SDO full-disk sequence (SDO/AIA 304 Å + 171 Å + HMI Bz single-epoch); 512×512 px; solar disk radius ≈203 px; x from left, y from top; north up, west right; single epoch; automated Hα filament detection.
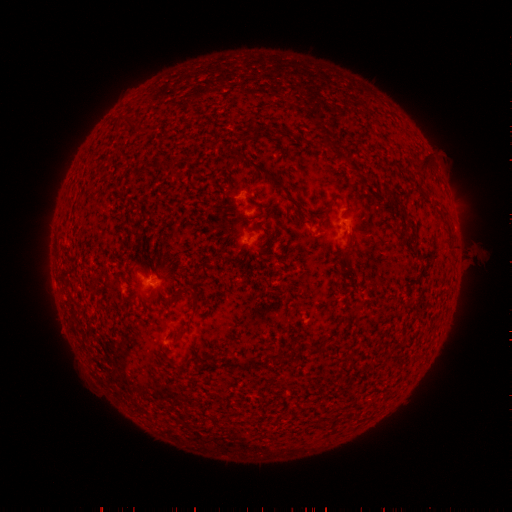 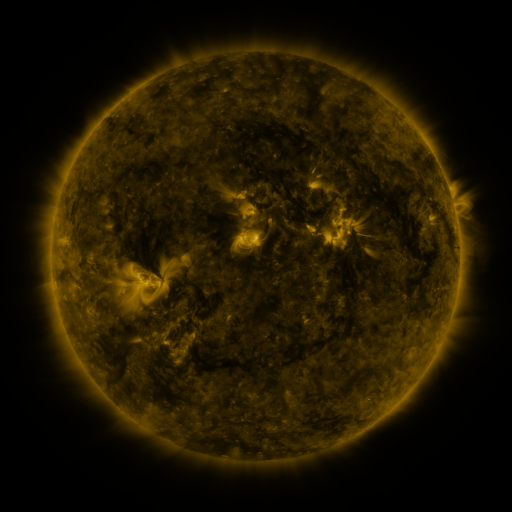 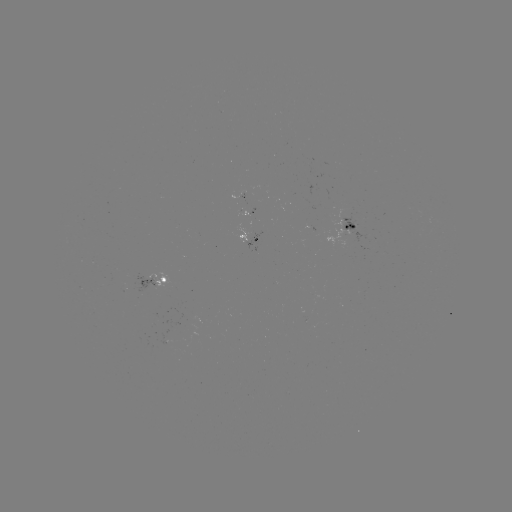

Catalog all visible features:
filament: (260, 131)
filament: (244, 157)
filament: (423, 168)
filament: (271, 176)
filament: (328, 211)
filament: (402, 212)
filament: (347, 246)
filament: (195, 305)
filament: (179, 333)
filament: (278, 356)
filament: (254, 362)
filament: (239, 366)
